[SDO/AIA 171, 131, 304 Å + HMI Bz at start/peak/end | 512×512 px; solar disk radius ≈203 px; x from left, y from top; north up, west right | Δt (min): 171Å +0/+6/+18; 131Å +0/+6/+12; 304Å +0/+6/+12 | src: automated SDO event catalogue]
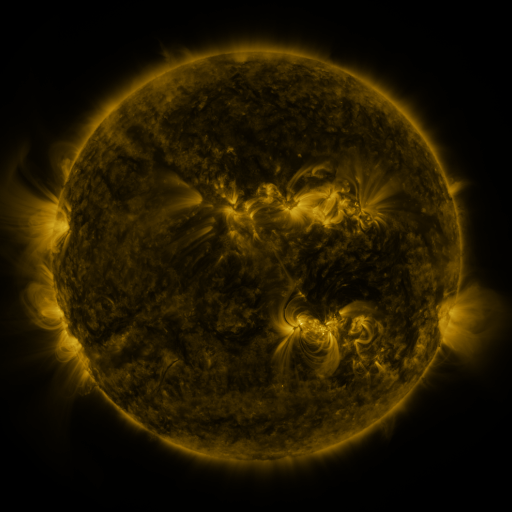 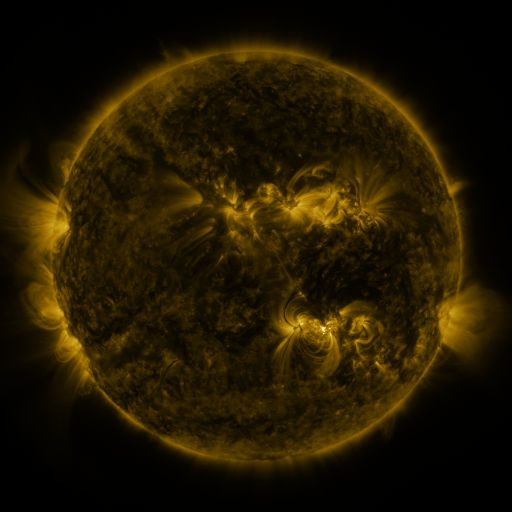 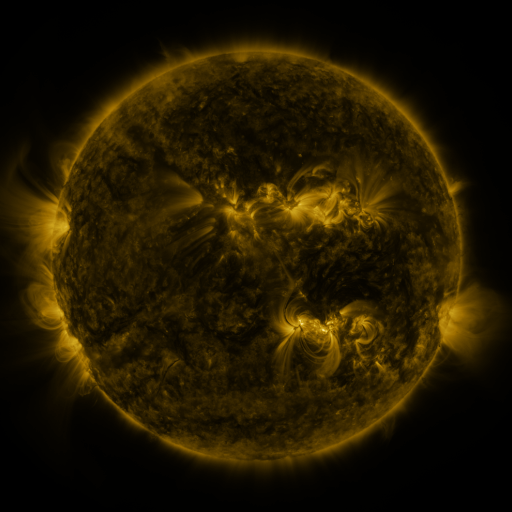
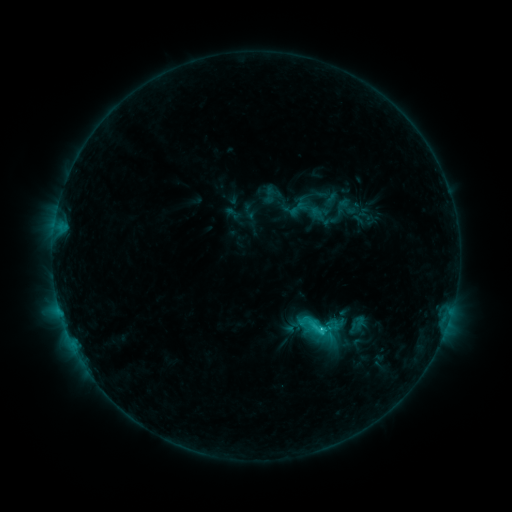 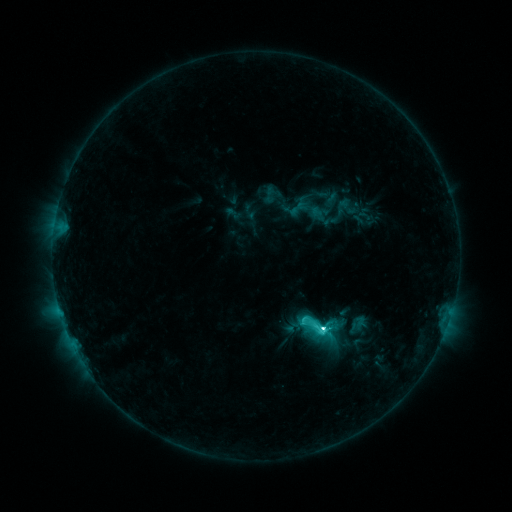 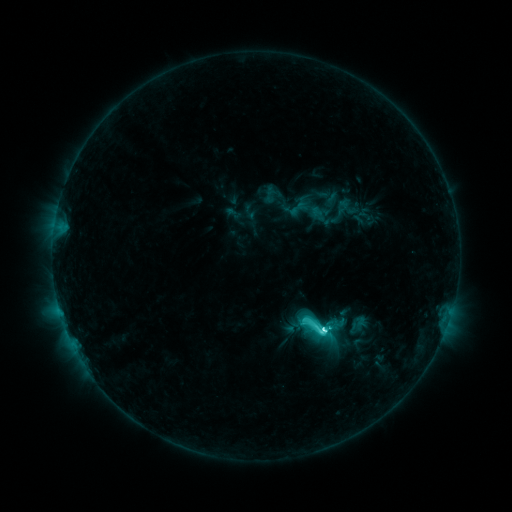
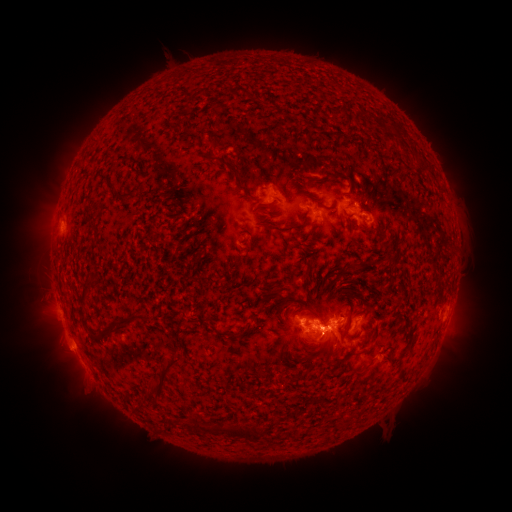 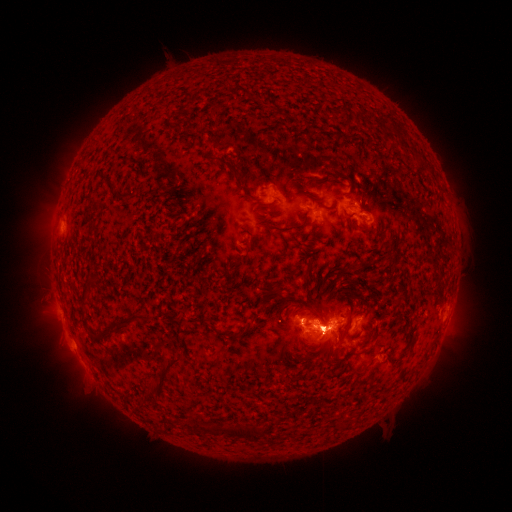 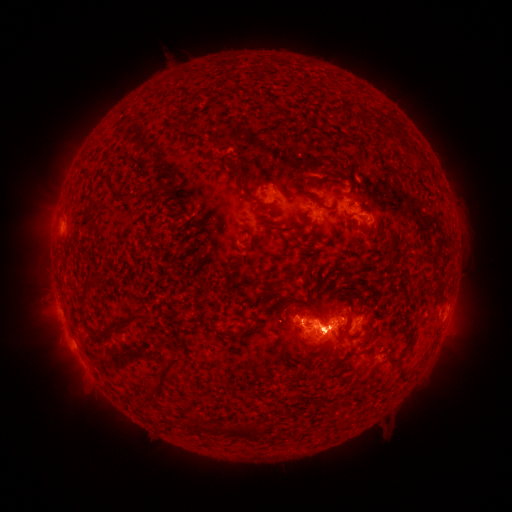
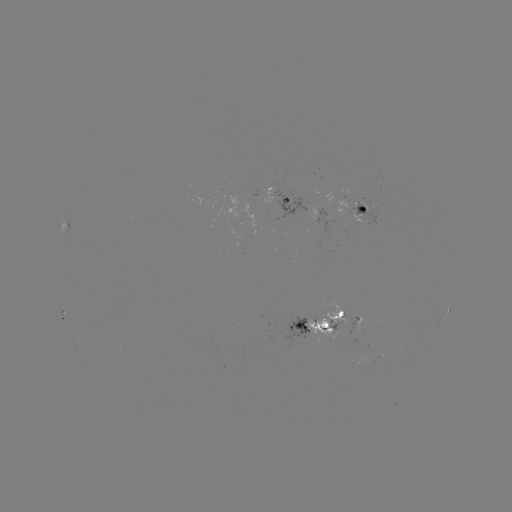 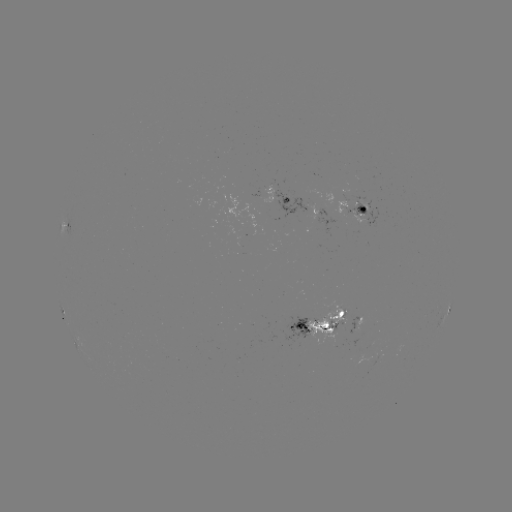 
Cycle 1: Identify eruption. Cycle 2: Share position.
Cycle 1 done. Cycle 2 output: [40, 218].